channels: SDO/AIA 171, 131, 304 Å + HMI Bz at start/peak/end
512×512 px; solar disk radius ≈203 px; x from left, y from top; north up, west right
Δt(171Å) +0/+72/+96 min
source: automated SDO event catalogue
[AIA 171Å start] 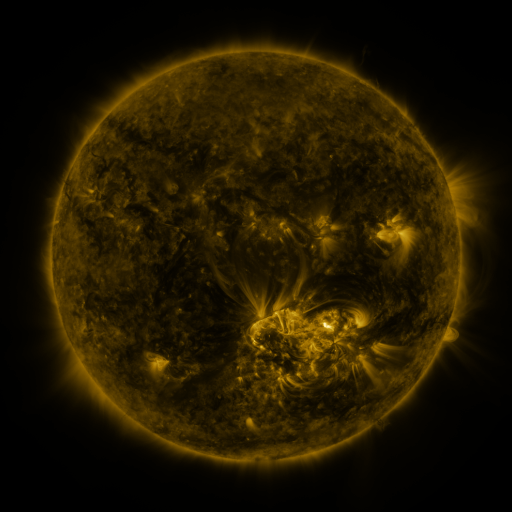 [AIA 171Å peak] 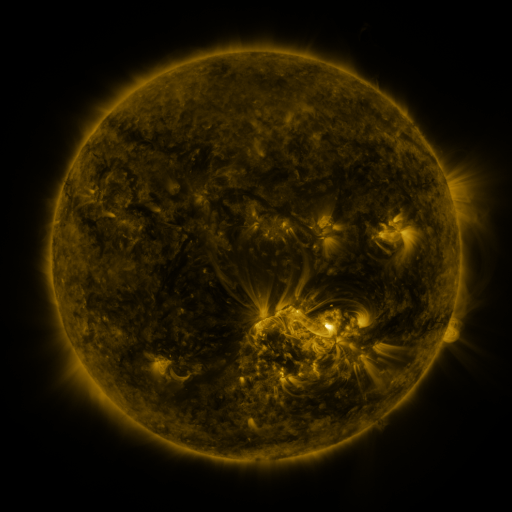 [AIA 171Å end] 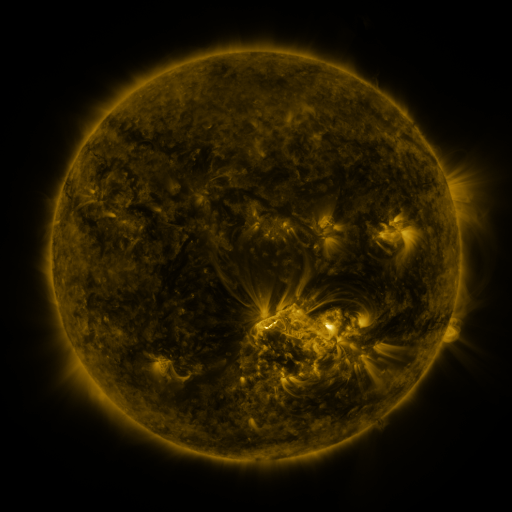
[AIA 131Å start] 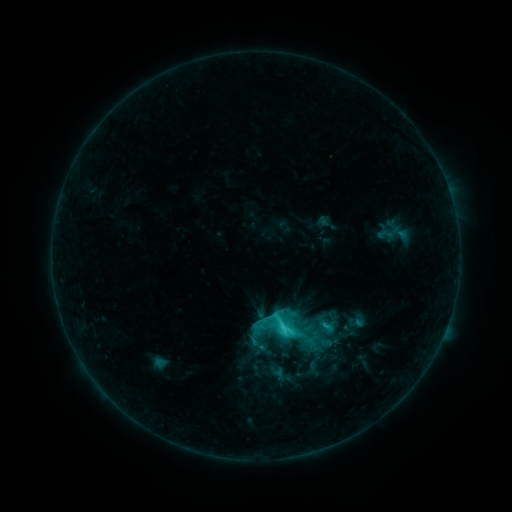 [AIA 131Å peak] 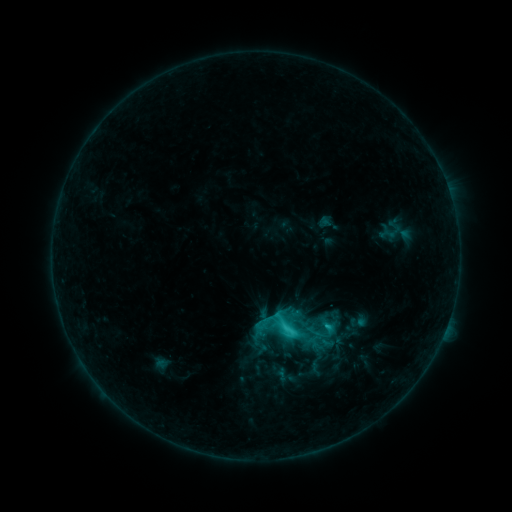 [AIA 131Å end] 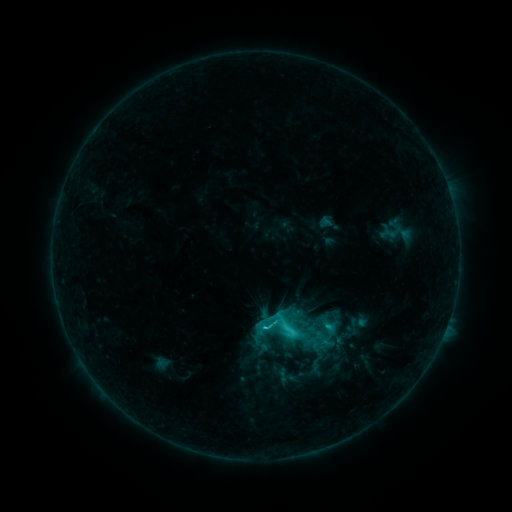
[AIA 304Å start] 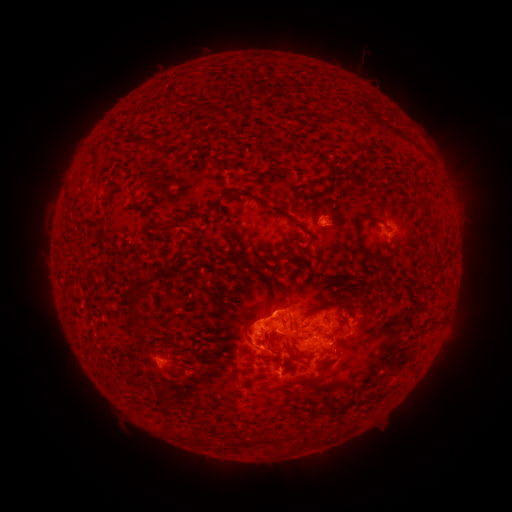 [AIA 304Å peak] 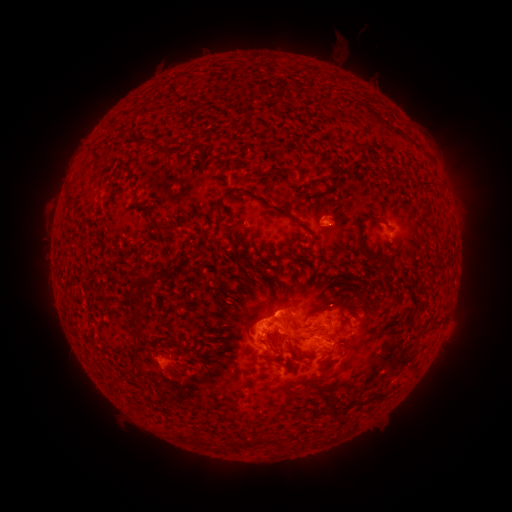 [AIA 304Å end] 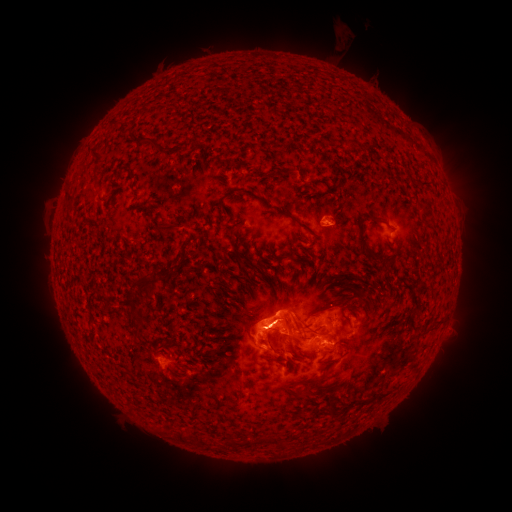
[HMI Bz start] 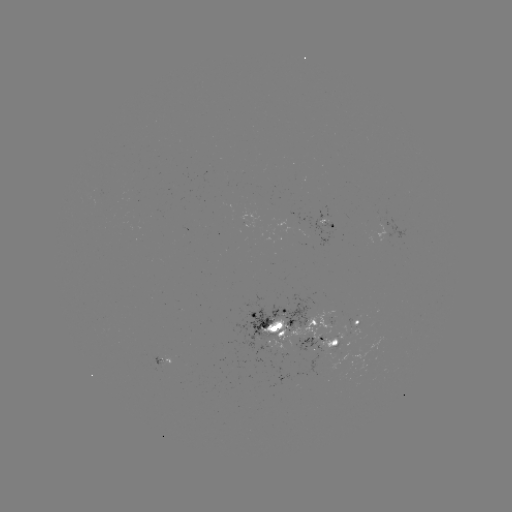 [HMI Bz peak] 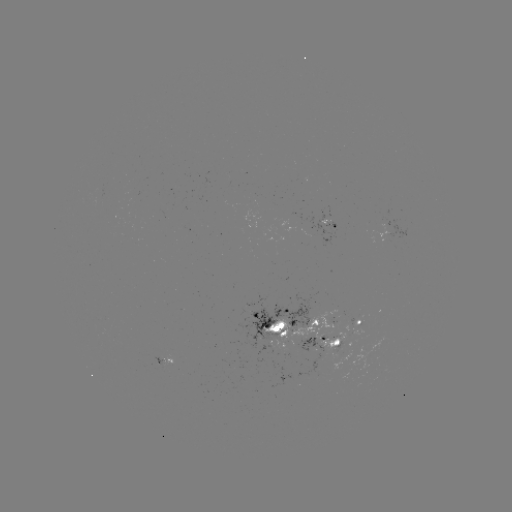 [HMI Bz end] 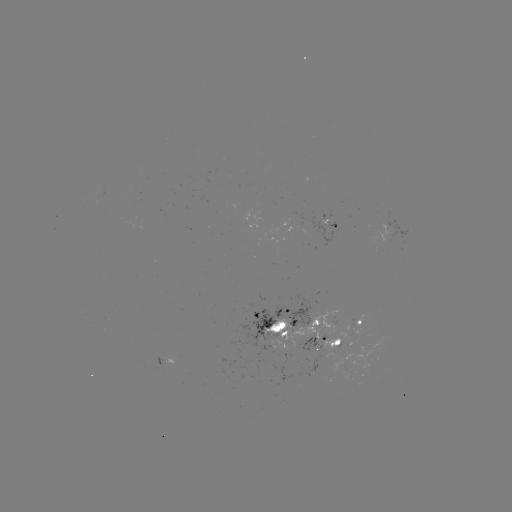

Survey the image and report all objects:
emerging-flux region: (311, 322)
